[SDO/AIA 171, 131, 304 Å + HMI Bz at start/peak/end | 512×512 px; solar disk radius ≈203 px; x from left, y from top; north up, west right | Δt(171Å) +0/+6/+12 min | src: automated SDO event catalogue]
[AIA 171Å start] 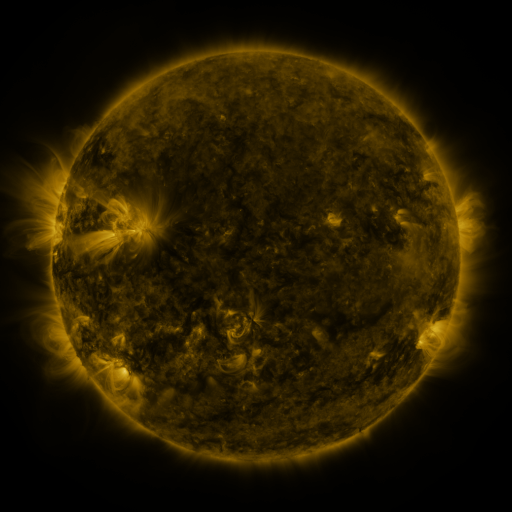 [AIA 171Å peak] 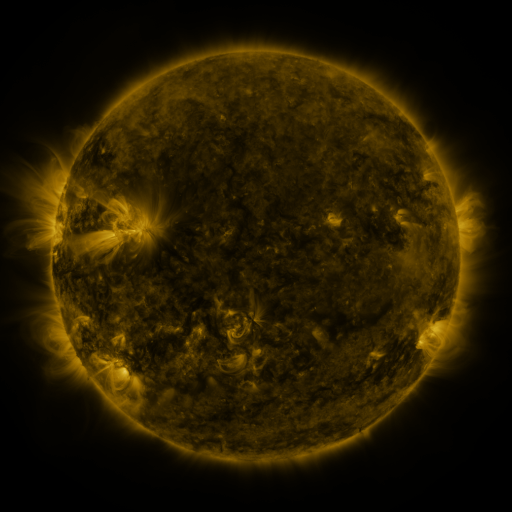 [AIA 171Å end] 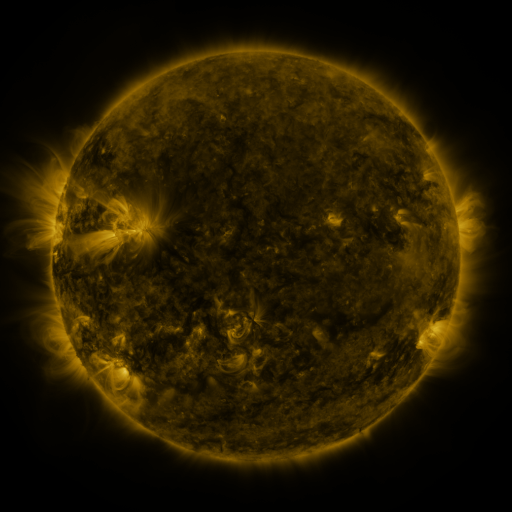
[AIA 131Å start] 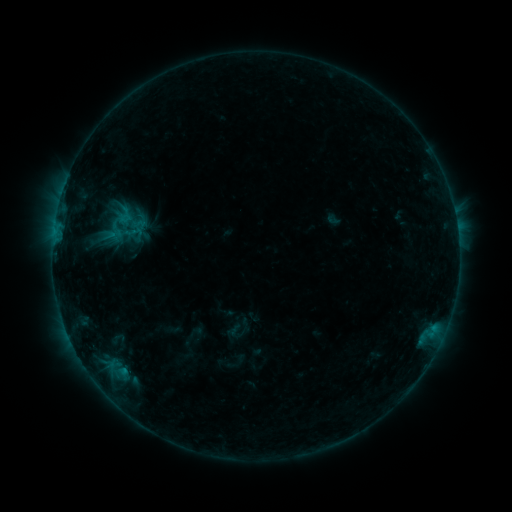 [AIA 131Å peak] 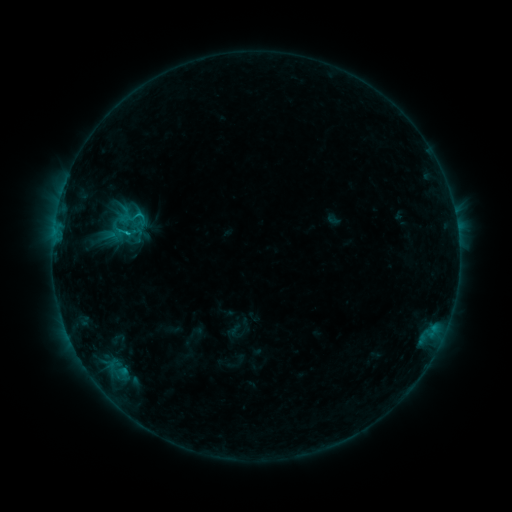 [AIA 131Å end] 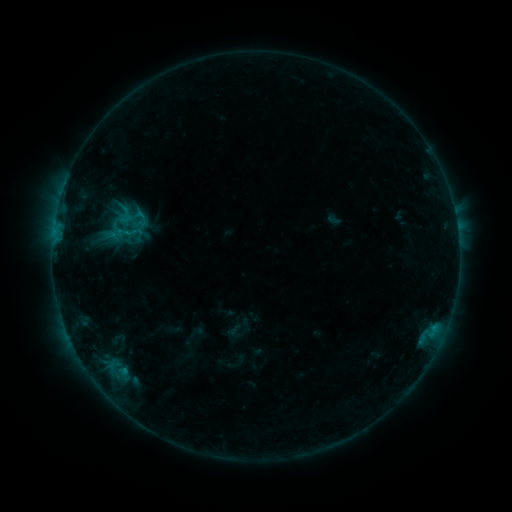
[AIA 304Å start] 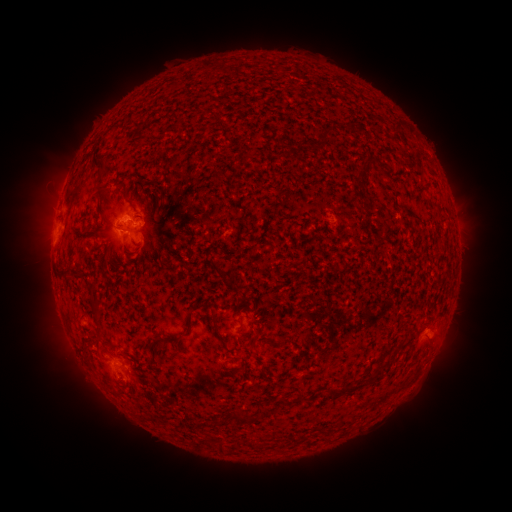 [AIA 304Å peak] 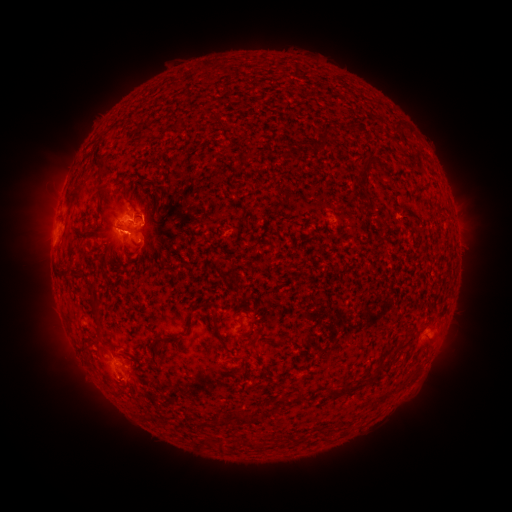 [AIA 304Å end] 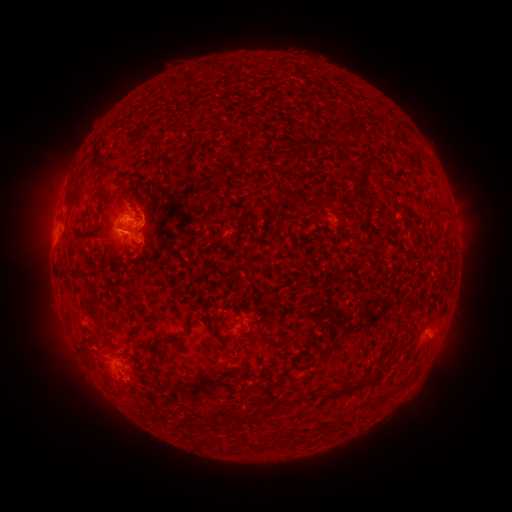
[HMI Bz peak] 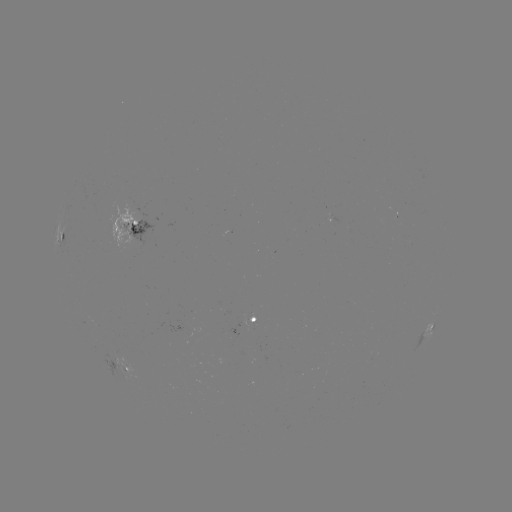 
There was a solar flare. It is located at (130, 233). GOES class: C1.0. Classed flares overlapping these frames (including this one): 1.